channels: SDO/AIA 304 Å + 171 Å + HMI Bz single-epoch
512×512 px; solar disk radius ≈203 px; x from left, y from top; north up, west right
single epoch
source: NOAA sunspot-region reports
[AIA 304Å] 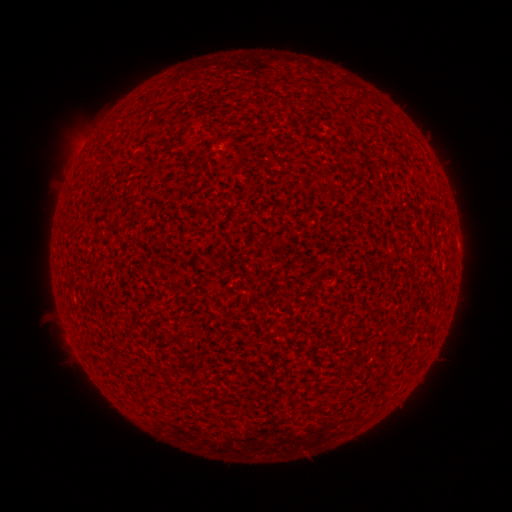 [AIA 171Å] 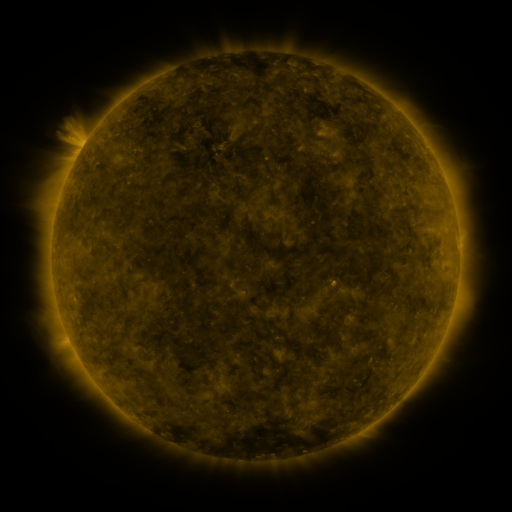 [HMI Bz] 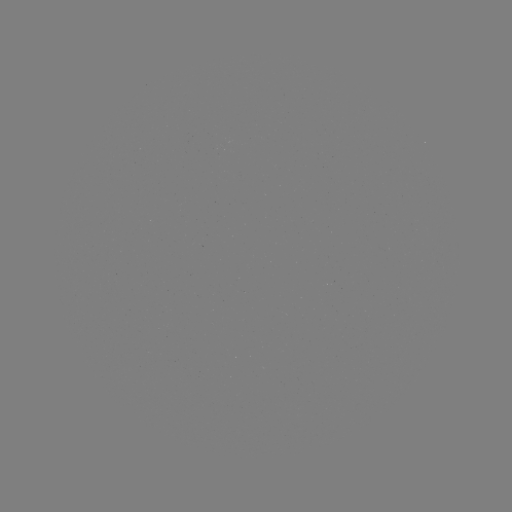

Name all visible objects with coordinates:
(none)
